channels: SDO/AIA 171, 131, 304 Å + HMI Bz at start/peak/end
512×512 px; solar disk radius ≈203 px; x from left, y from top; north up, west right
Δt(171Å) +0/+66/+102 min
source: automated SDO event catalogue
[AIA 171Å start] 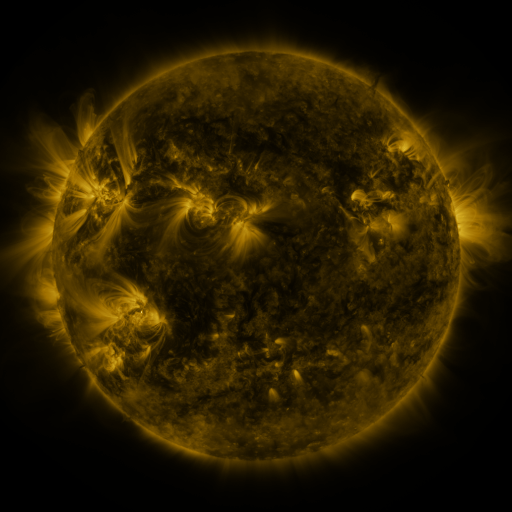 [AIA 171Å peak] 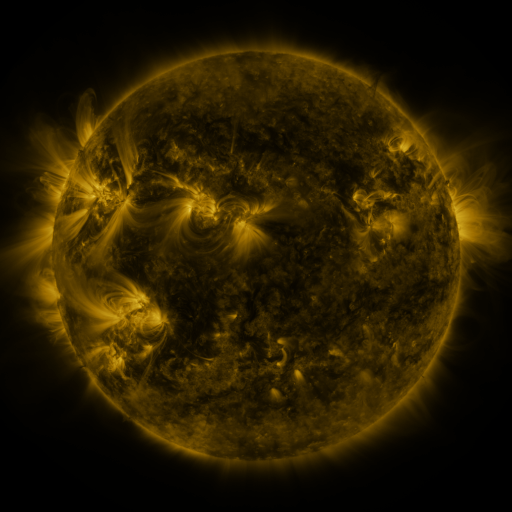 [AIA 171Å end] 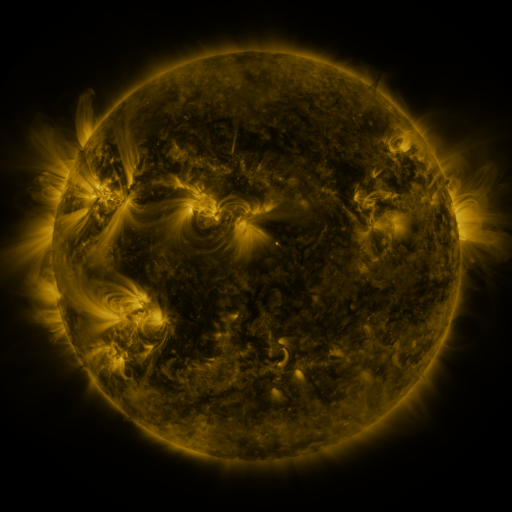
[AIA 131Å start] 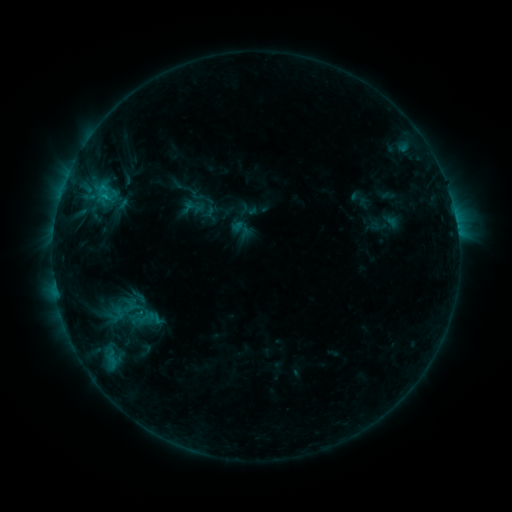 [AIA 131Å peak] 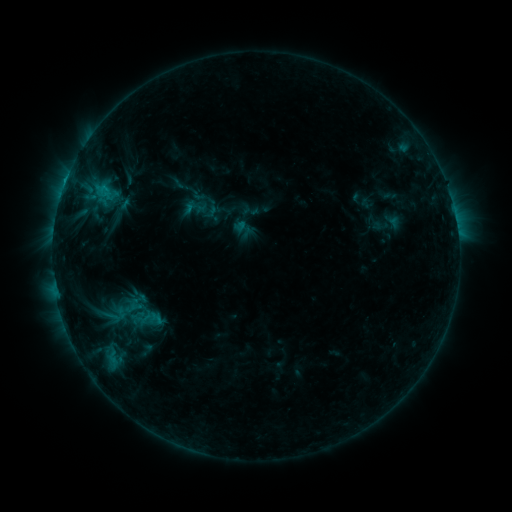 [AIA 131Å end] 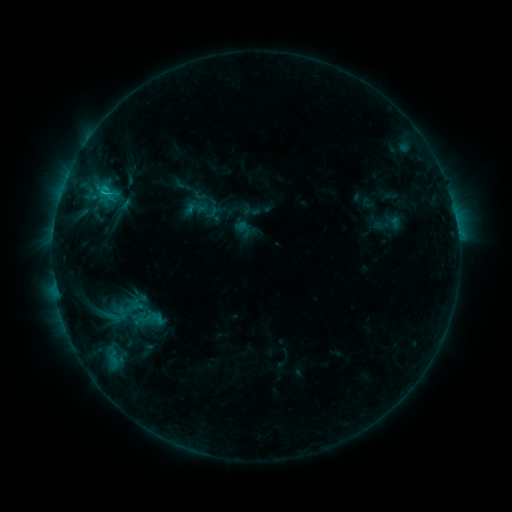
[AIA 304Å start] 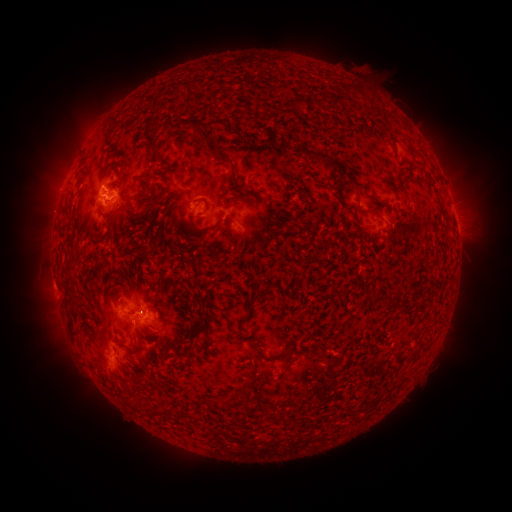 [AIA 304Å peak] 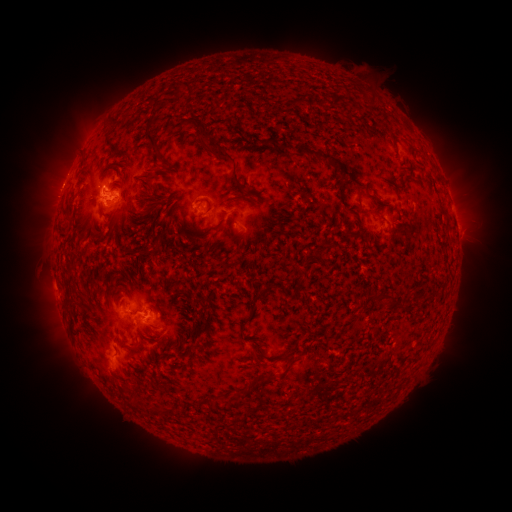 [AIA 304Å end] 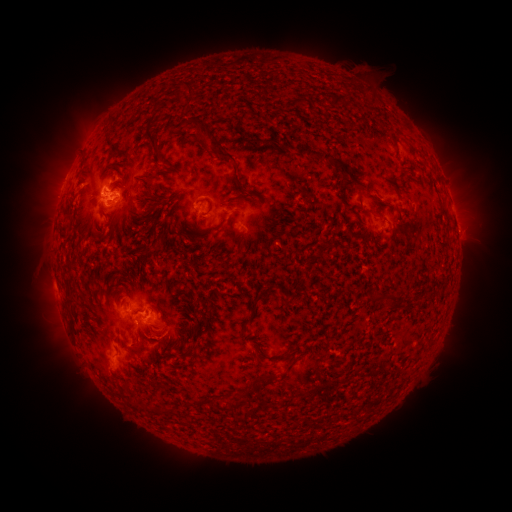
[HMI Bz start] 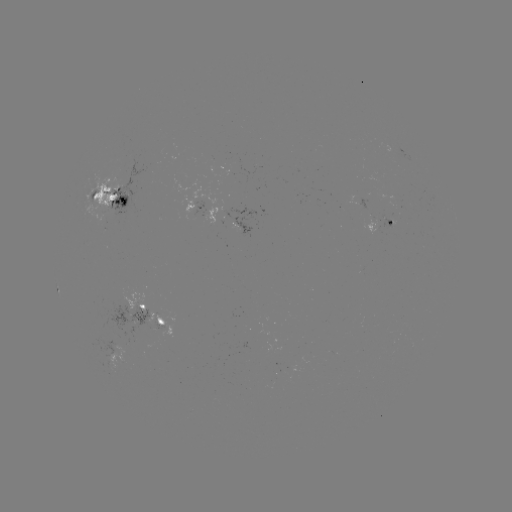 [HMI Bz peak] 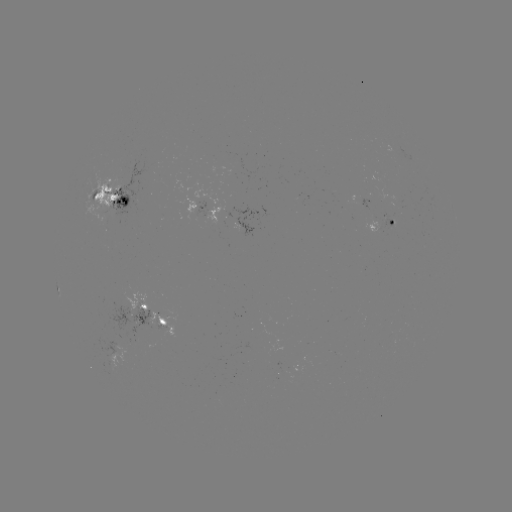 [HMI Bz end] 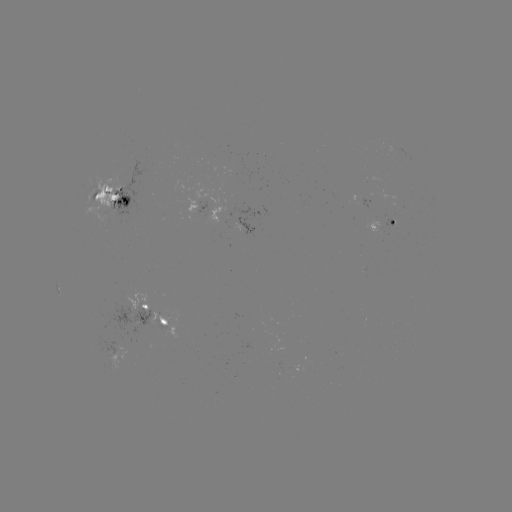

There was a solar emerging-flux region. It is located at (163, 324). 